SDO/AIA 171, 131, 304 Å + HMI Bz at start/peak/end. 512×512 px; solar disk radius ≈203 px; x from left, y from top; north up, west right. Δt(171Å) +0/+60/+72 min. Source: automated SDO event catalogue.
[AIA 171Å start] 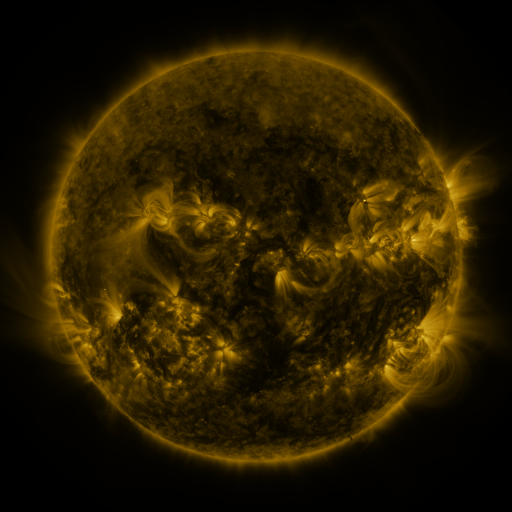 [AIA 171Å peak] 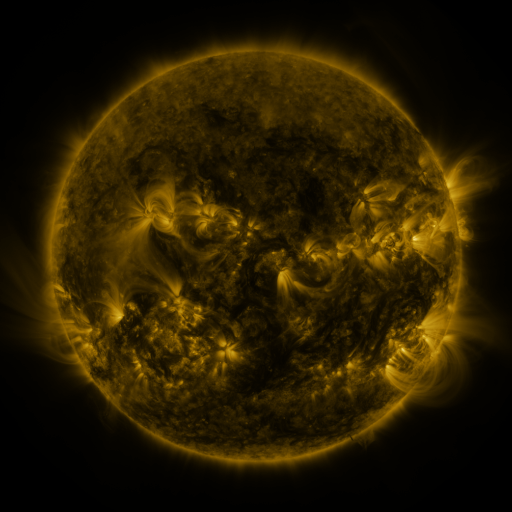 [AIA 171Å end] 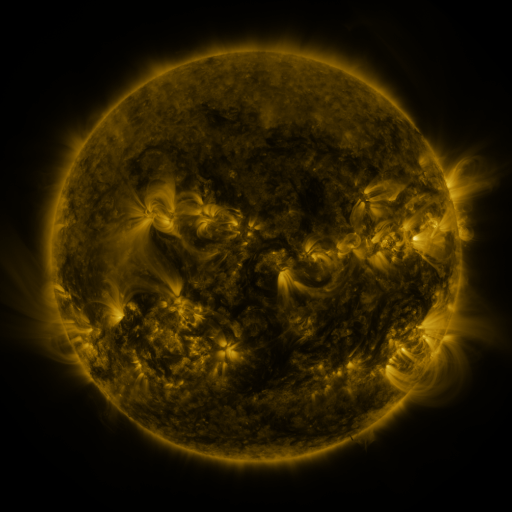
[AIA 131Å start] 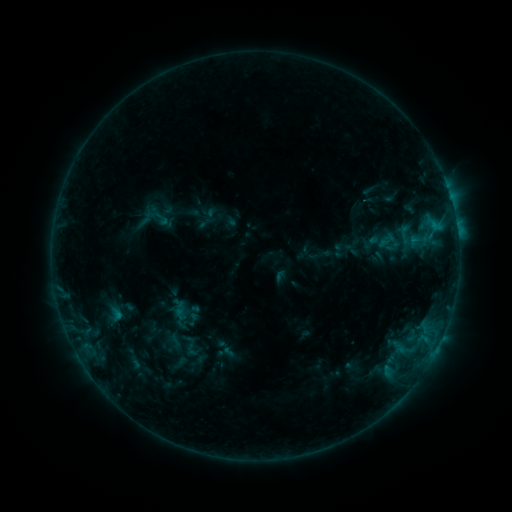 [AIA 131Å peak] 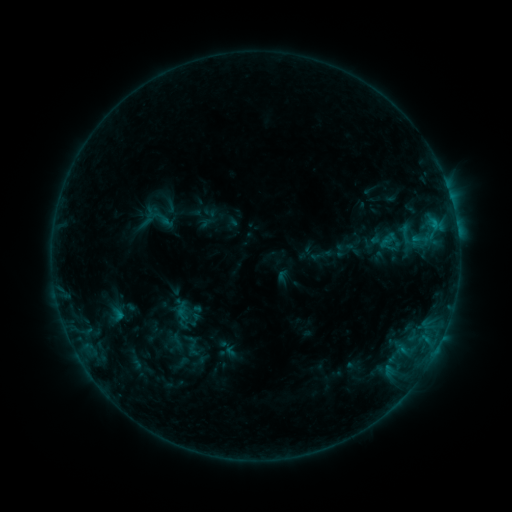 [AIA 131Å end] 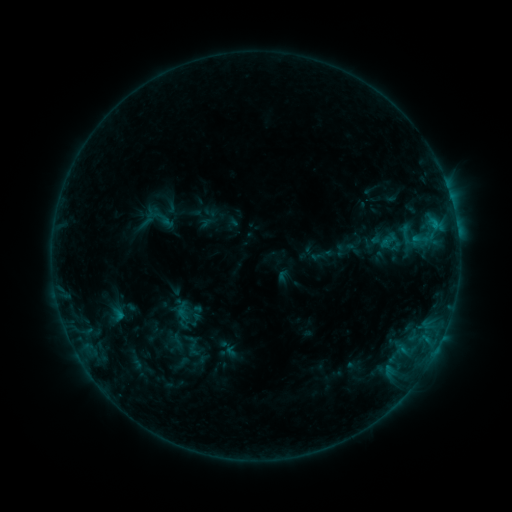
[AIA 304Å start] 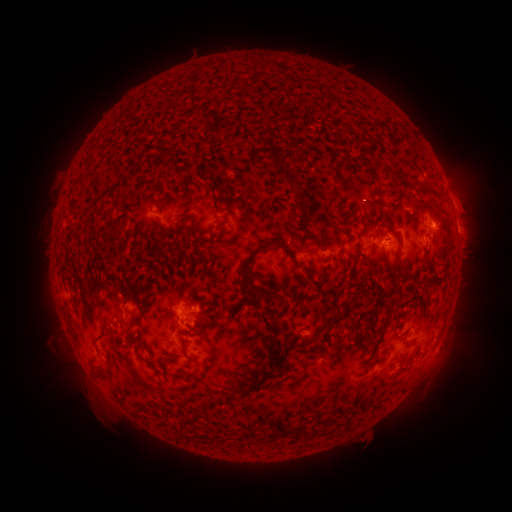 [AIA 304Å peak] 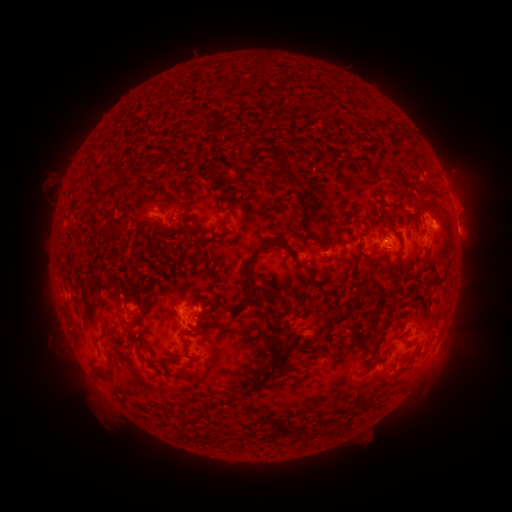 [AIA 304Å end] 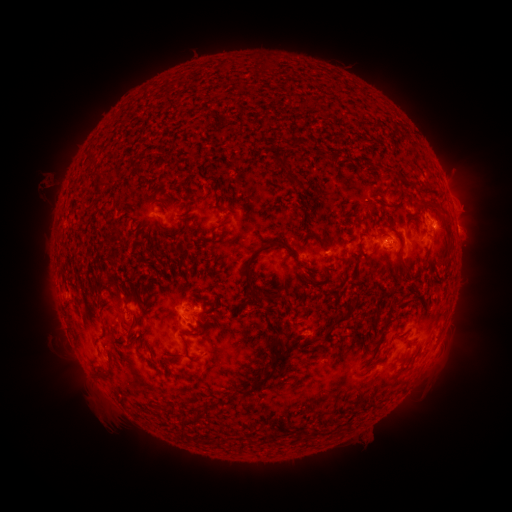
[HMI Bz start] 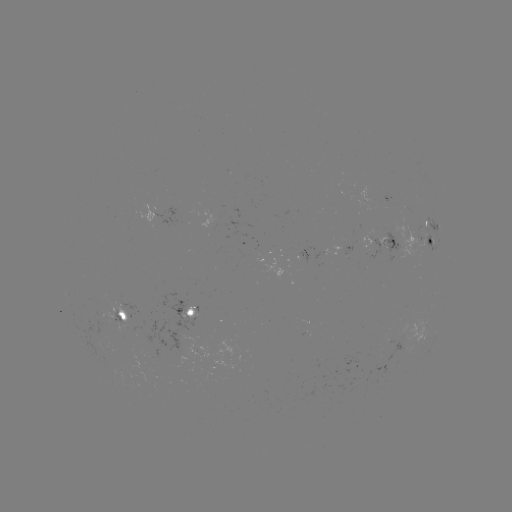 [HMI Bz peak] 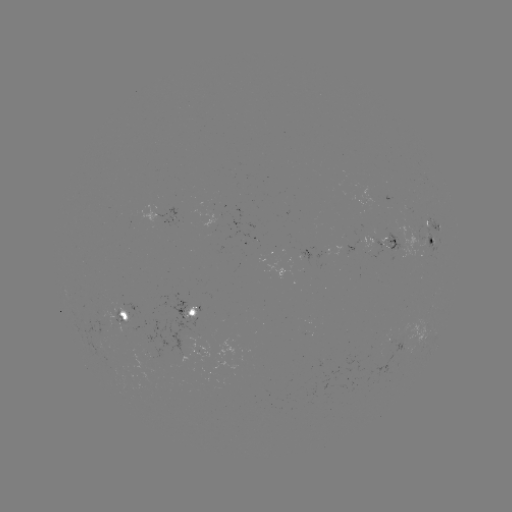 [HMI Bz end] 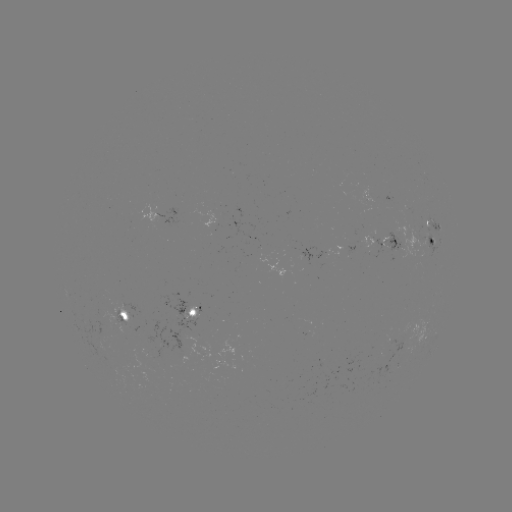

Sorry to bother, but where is emerging-flux region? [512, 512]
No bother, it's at (416, 238).